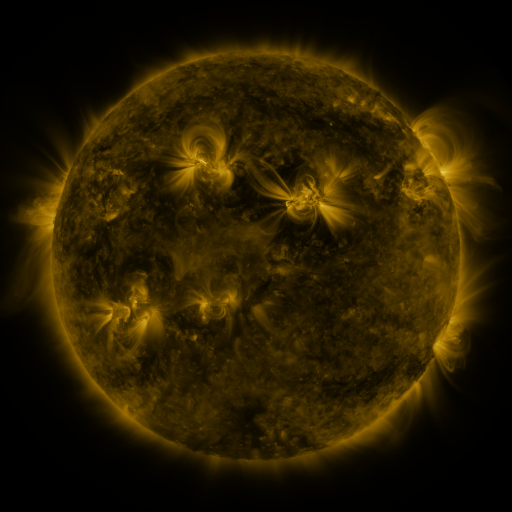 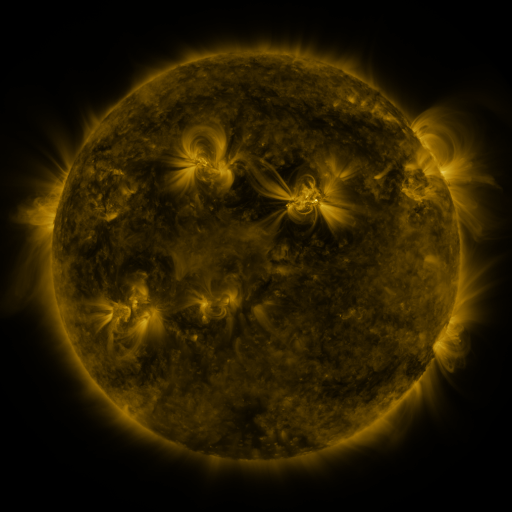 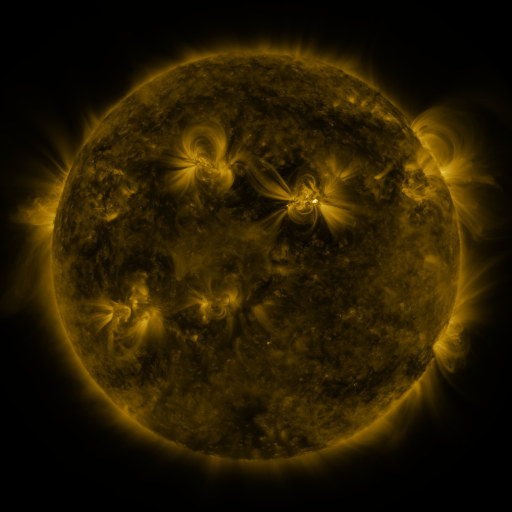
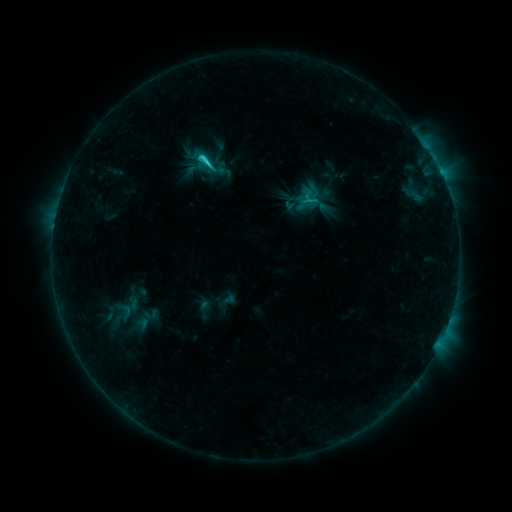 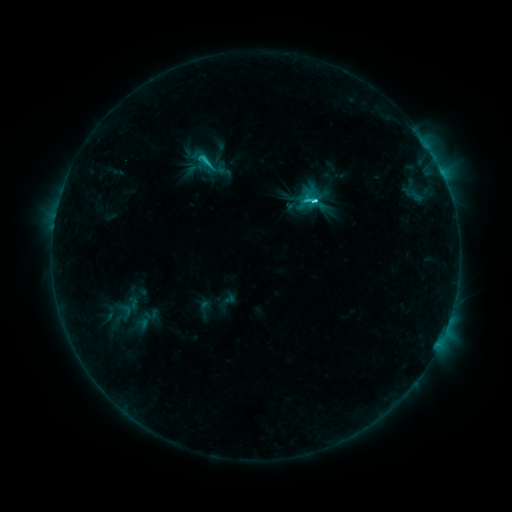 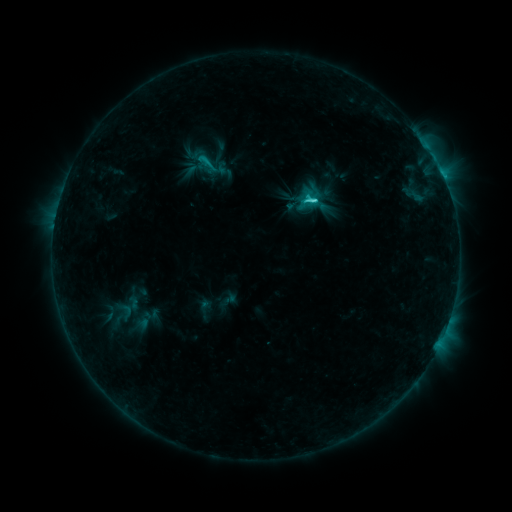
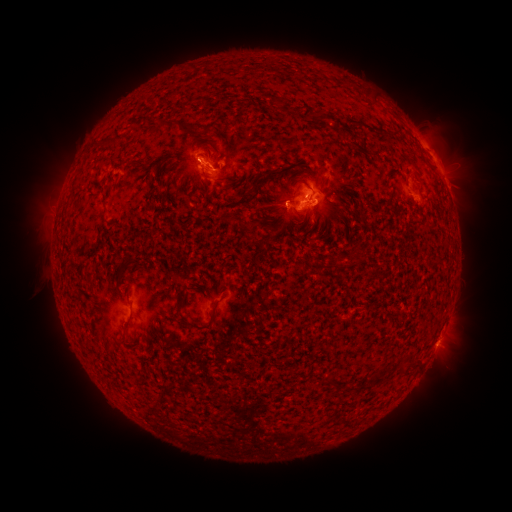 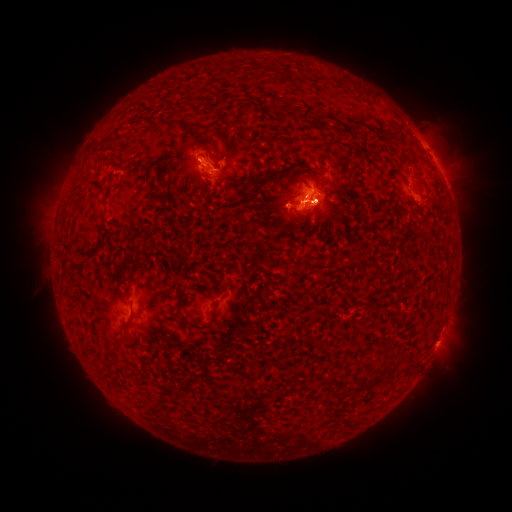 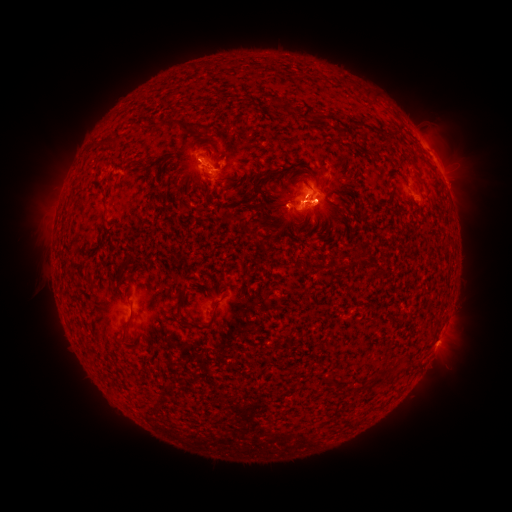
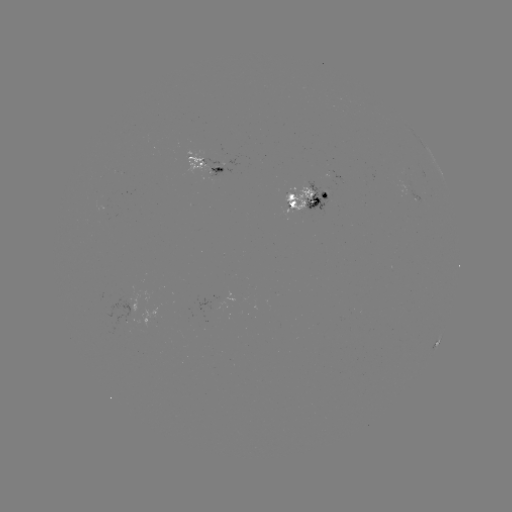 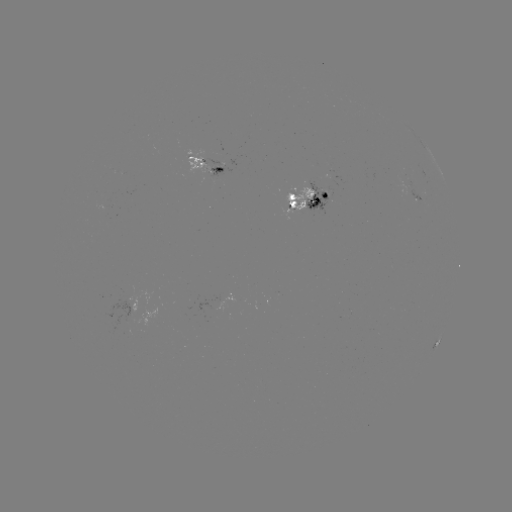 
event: flare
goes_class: C6.2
